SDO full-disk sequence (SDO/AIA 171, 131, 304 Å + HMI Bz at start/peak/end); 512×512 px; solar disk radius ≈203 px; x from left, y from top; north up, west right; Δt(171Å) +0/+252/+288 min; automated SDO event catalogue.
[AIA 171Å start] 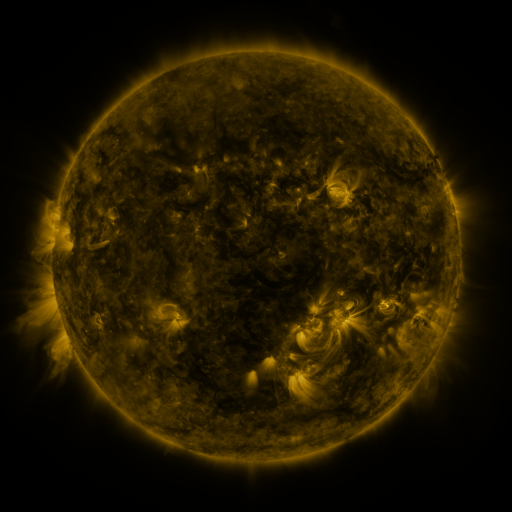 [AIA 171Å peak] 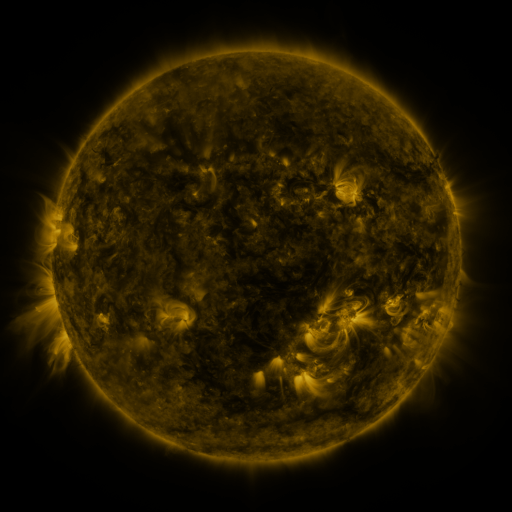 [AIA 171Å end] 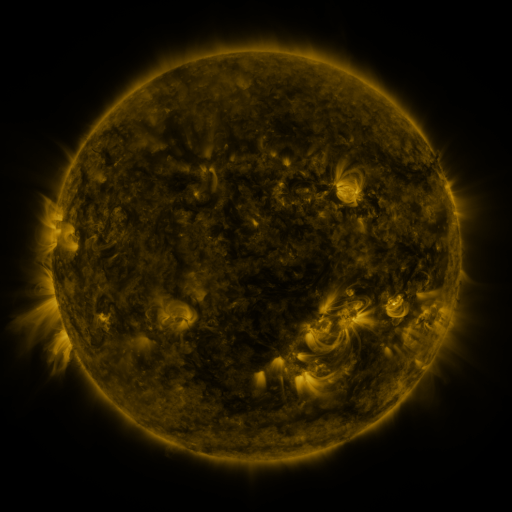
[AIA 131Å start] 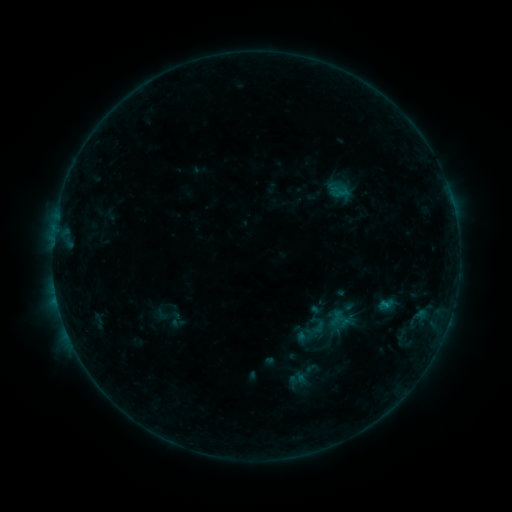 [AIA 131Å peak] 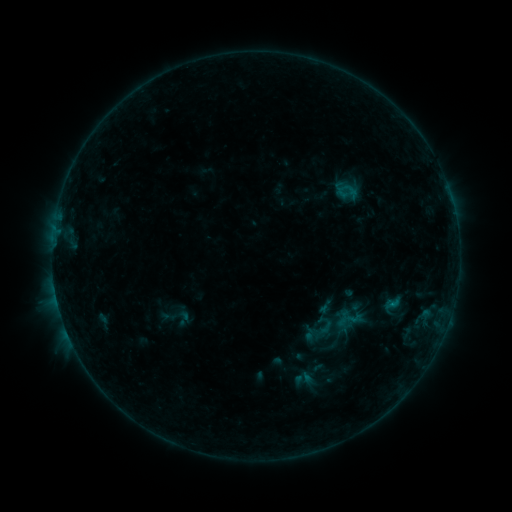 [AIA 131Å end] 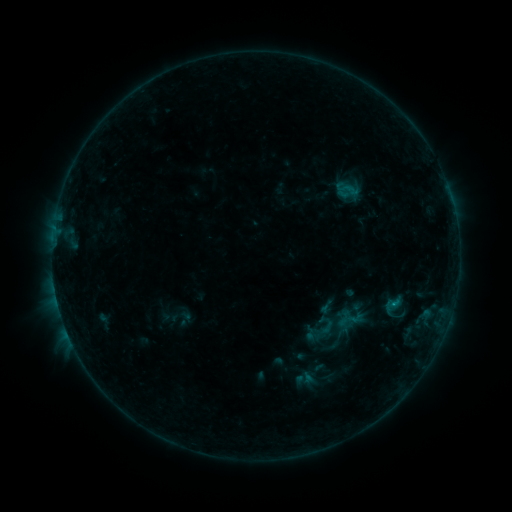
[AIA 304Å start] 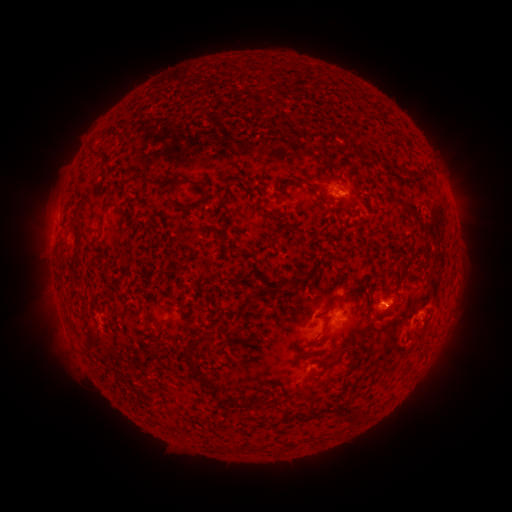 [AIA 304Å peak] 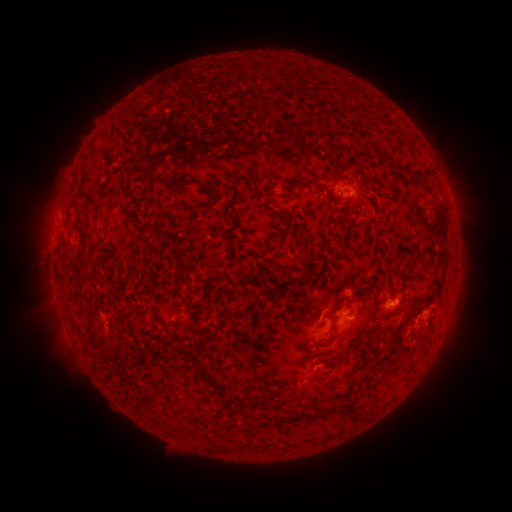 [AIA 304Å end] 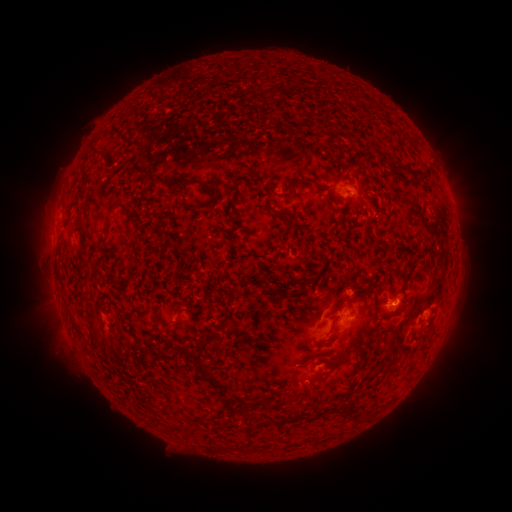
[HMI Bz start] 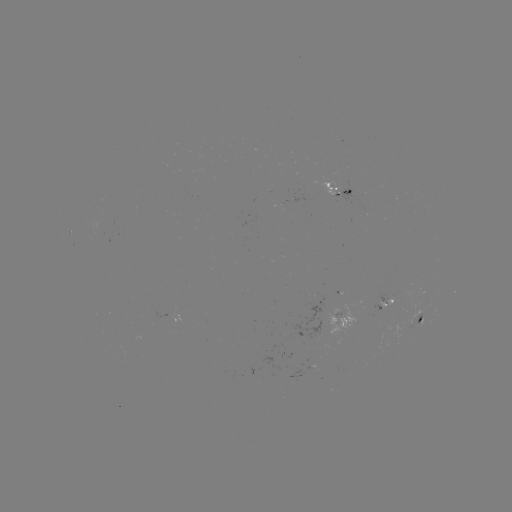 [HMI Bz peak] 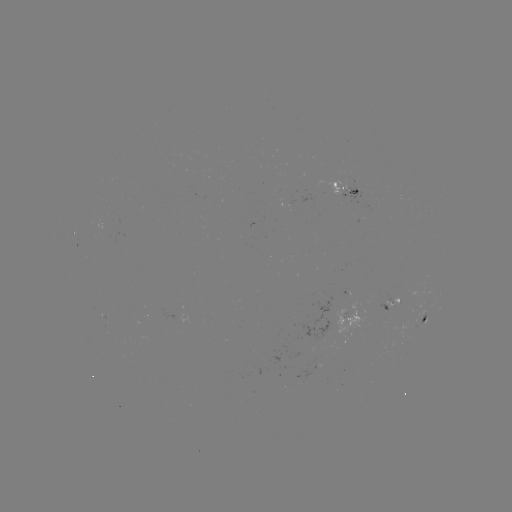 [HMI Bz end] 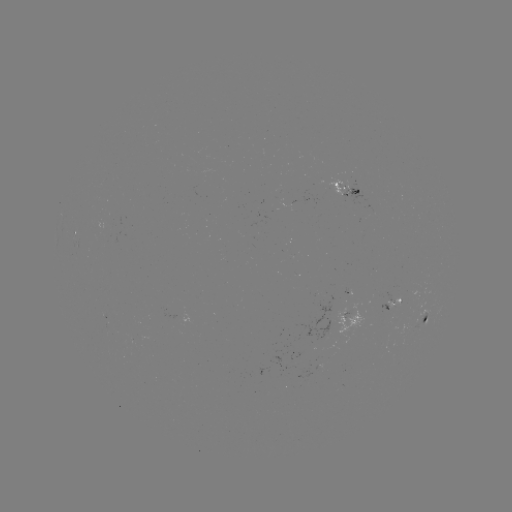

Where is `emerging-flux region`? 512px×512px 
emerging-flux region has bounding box [337, 180, 365, 203].